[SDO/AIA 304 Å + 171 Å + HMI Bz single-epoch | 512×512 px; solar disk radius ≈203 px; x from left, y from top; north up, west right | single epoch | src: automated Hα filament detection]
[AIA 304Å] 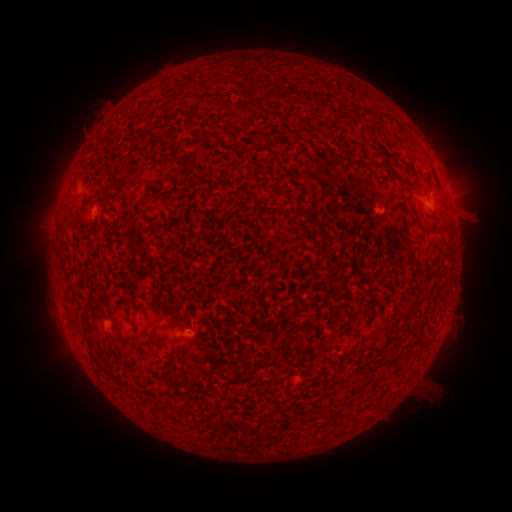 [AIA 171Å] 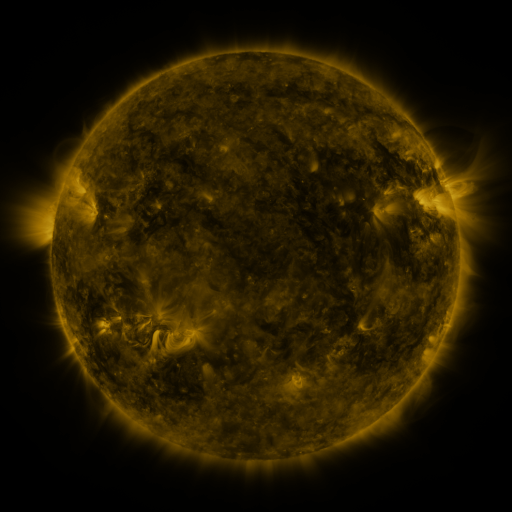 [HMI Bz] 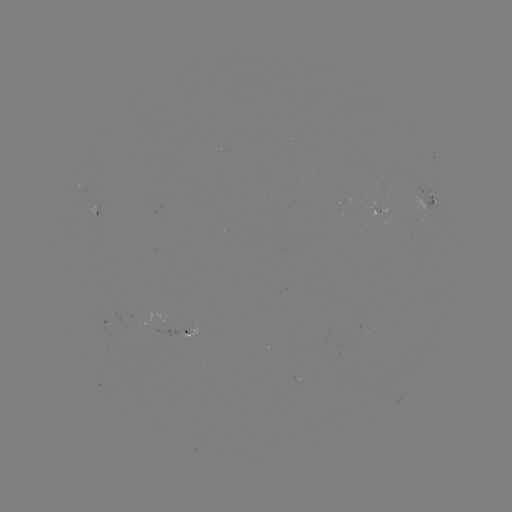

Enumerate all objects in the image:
filament: (252, 80, 263, 97)
filament: (390, 171, 402, 181)
filament: (316, 223, 328, 254)
filament: (406, 251, 419, 267)
filament: (324, 266, 332, 280)
filament: (84, 301, 94, 309)
filament: (82, 321, 94, 349)
filament: (129, 321, 137, 332)
filament: (136, 325, 157, 347)
filament: (381, 358, 393, 365)
